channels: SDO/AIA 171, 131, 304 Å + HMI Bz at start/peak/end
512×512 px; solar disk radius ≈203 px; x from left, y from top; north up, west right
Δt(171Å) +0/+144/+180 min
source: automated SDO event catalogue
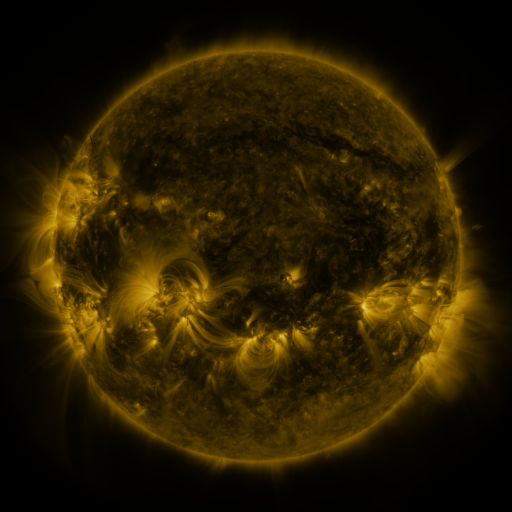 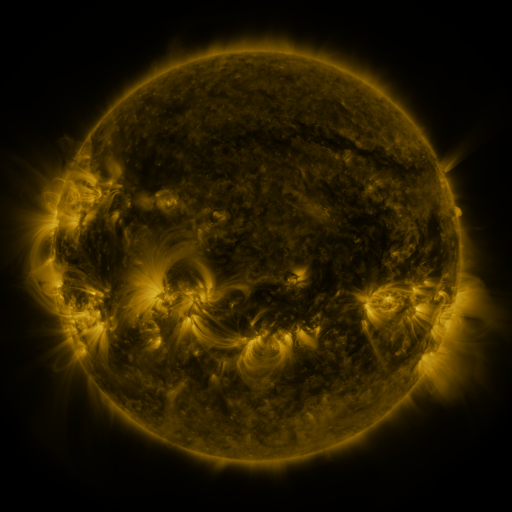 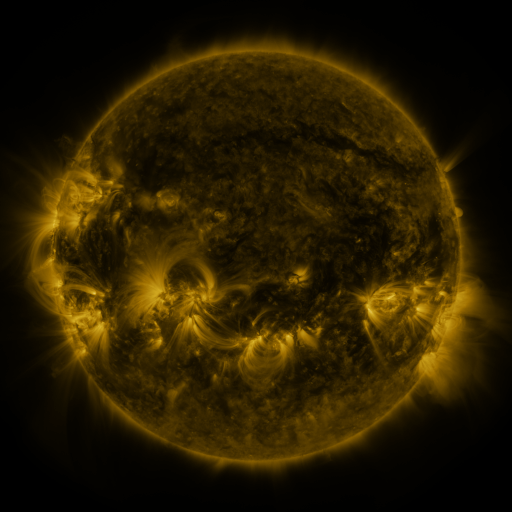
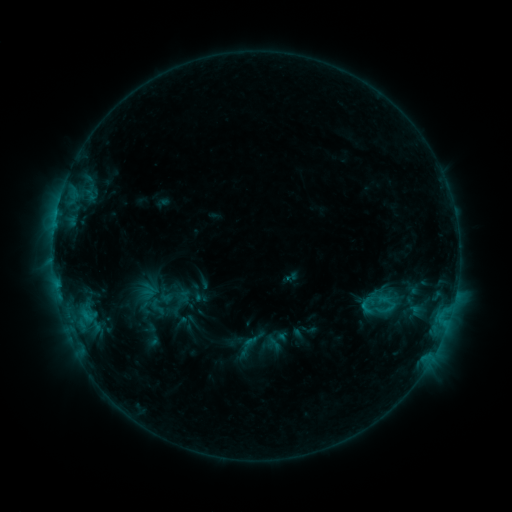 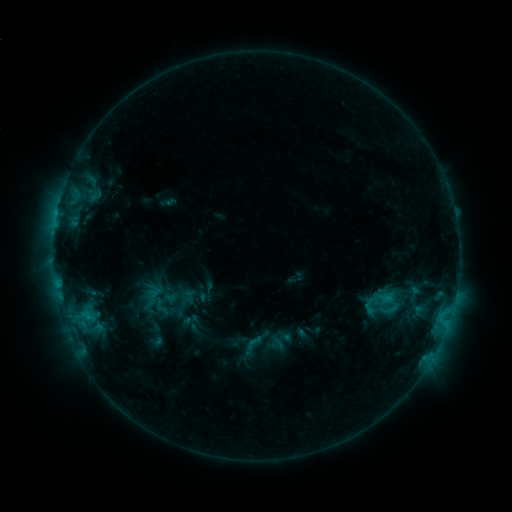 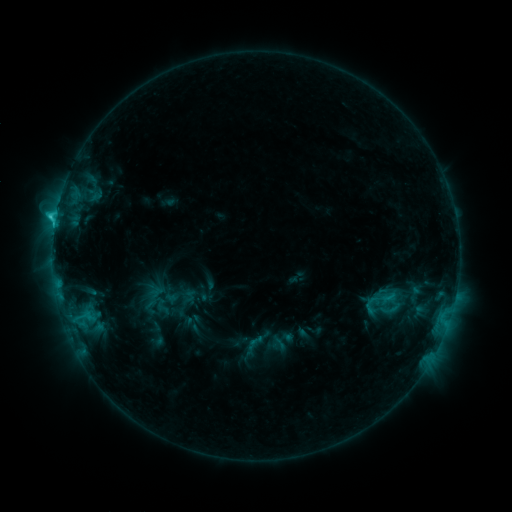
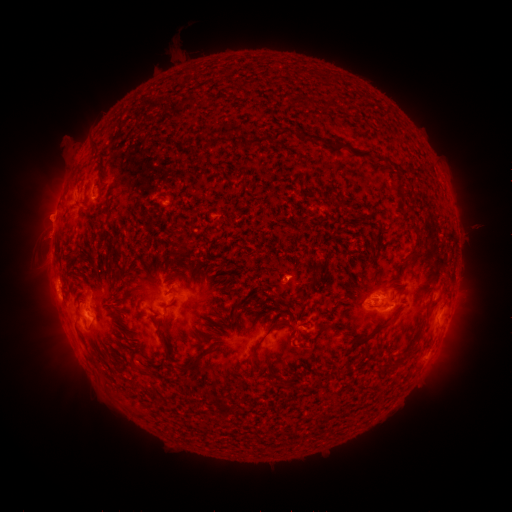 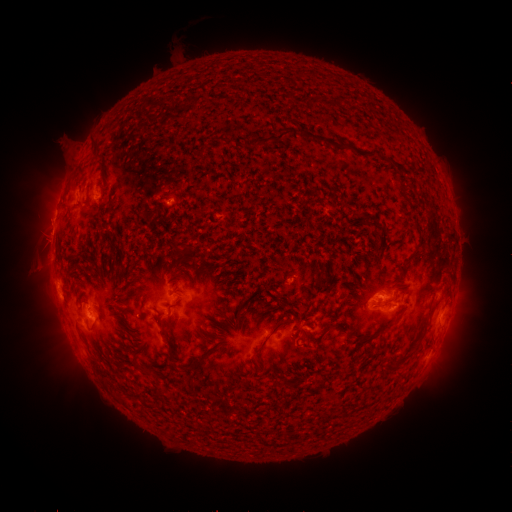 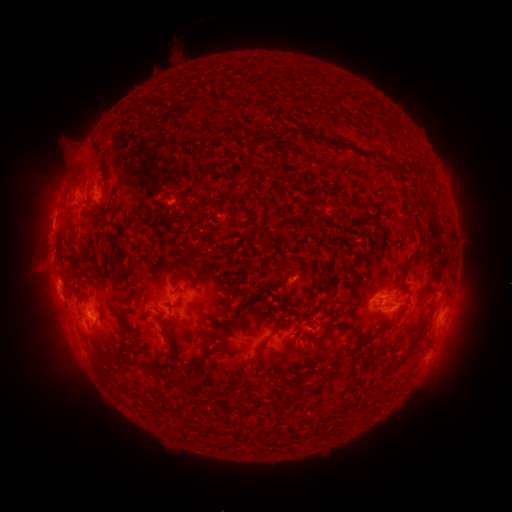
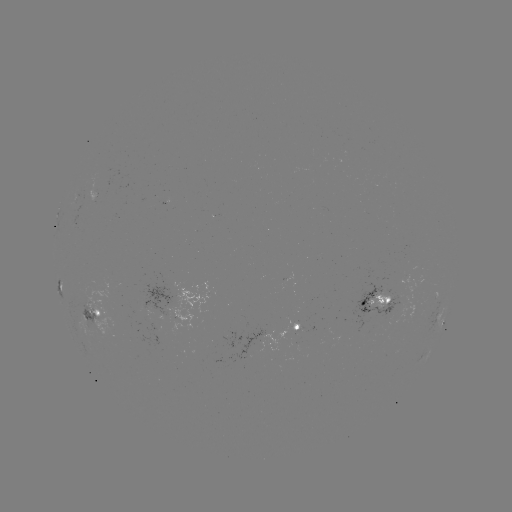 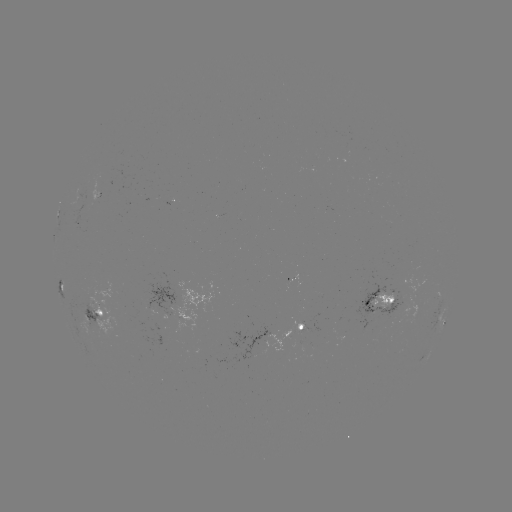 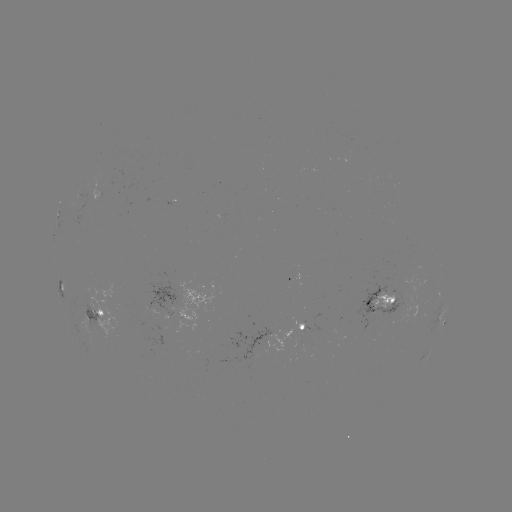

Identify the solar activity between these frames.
emerging-flux region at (391, 297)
